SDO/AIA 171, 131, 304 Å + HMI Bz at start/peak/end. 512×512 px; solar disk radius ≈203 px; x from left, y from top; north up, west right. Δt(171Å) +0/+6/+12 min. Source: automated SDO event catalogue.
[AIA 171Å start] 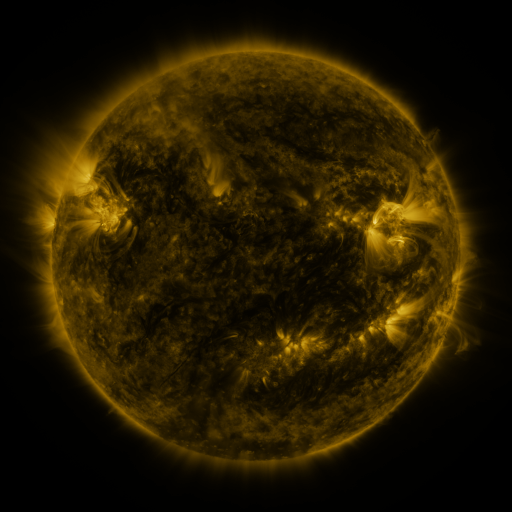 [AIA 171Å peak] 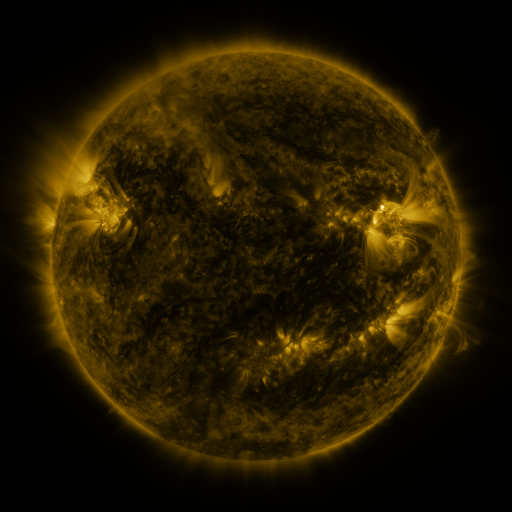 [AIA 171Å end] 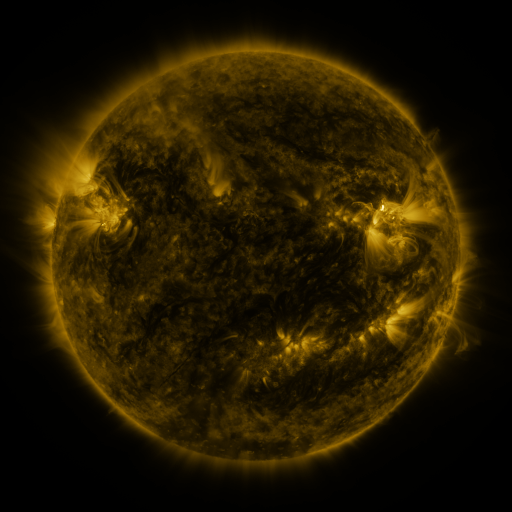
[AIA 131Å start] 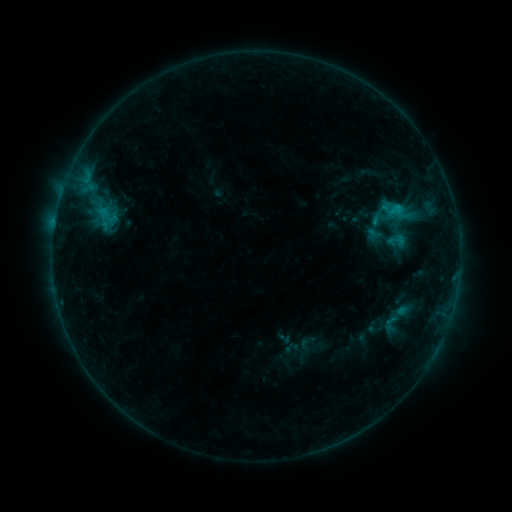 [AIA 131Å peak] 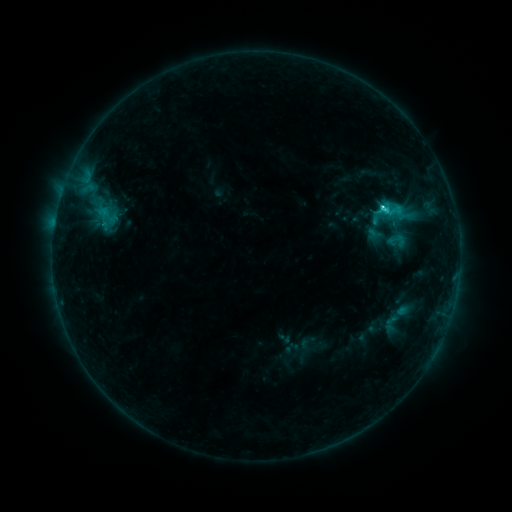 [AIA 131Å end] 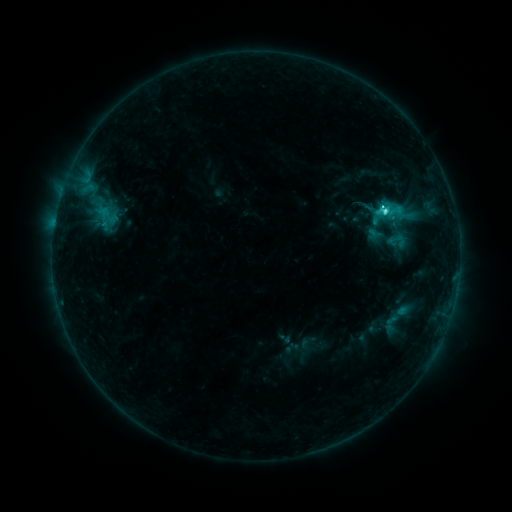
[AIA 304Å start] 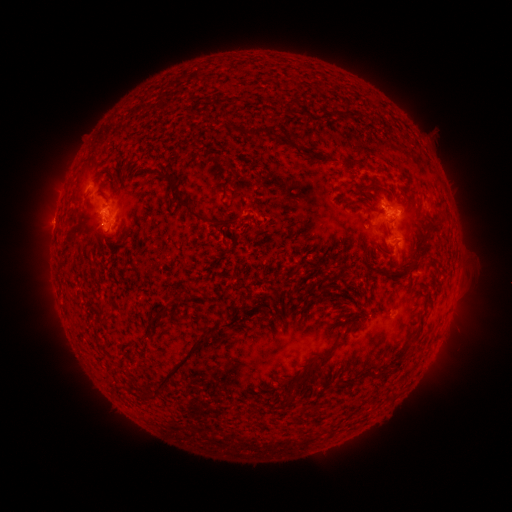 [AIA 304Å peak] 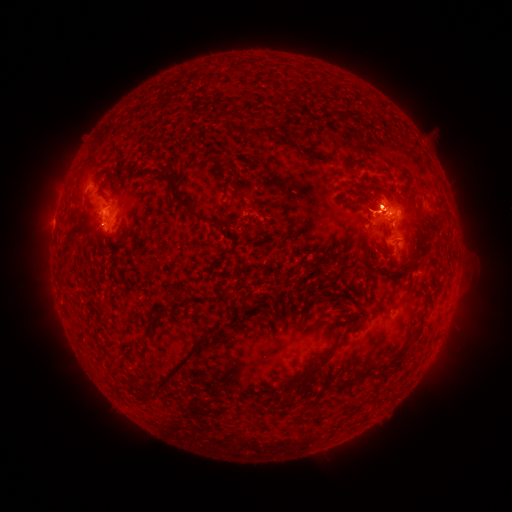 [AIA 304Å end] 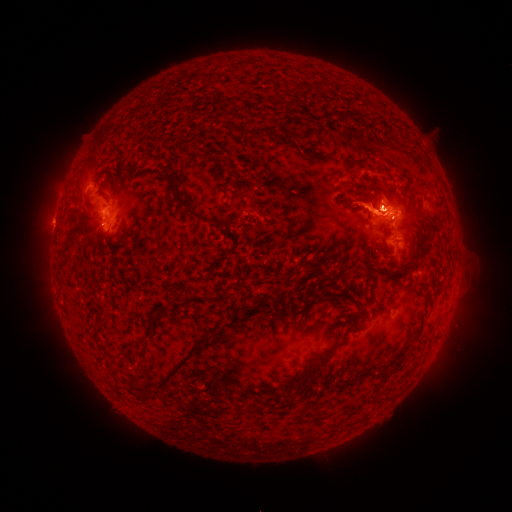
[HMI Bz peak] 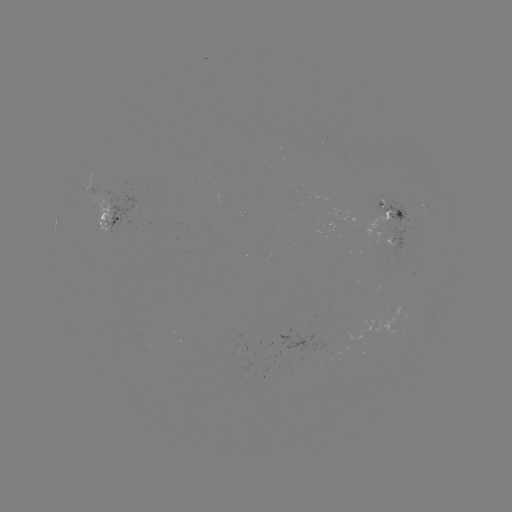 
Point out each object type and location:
eruption: (375, 205)
